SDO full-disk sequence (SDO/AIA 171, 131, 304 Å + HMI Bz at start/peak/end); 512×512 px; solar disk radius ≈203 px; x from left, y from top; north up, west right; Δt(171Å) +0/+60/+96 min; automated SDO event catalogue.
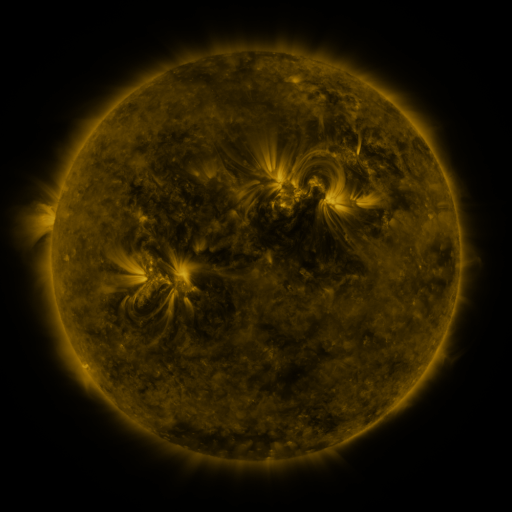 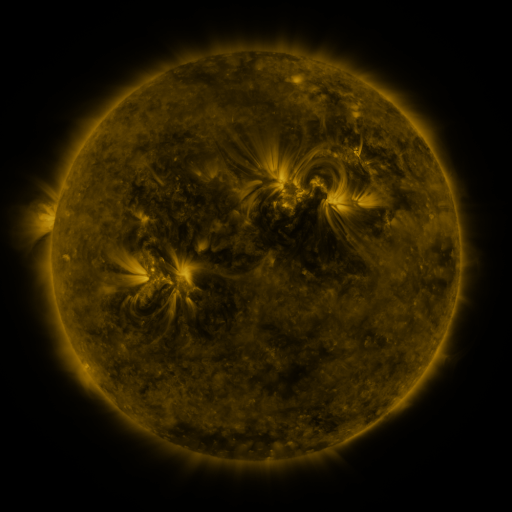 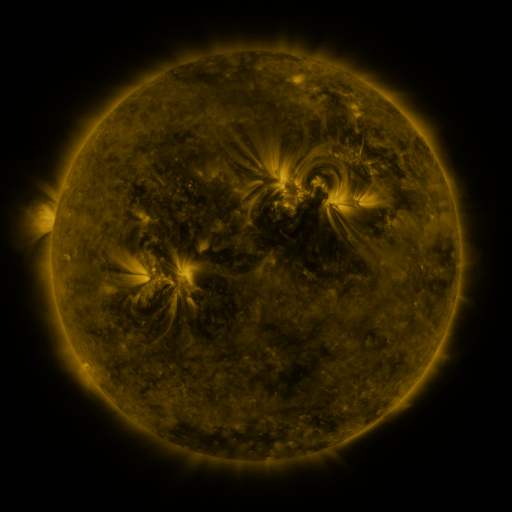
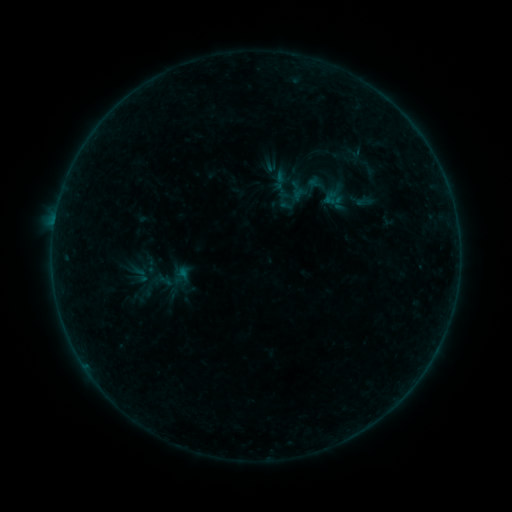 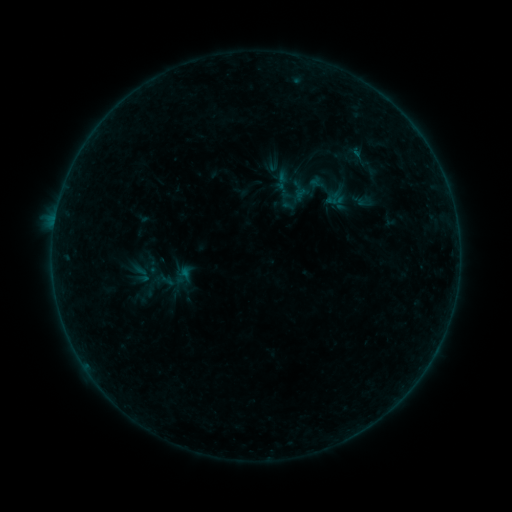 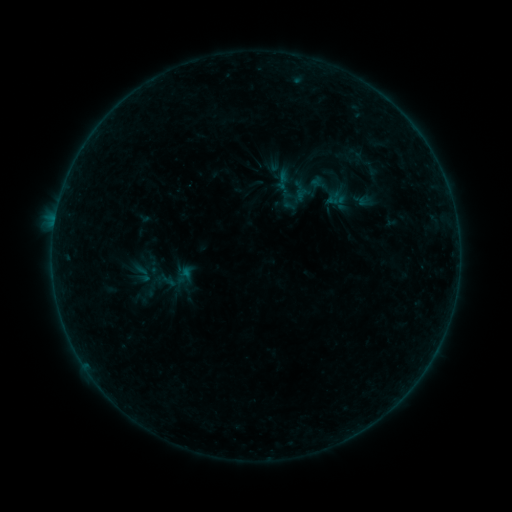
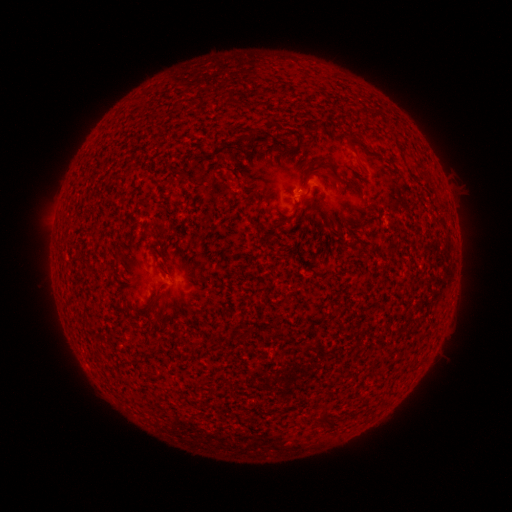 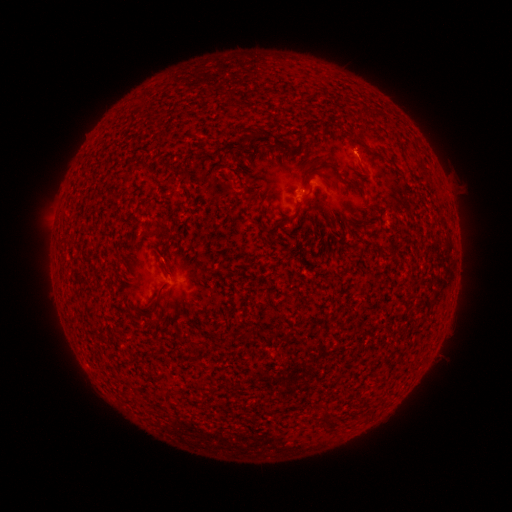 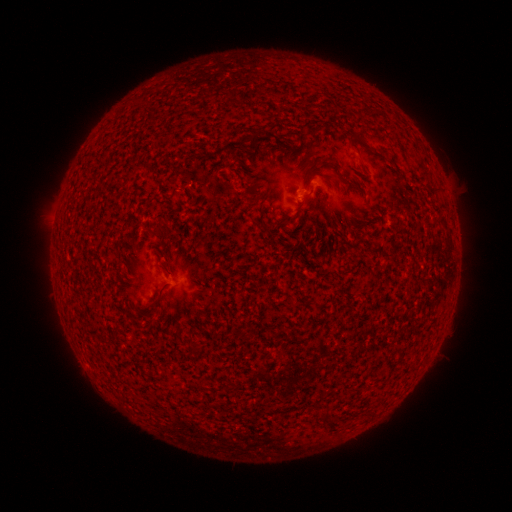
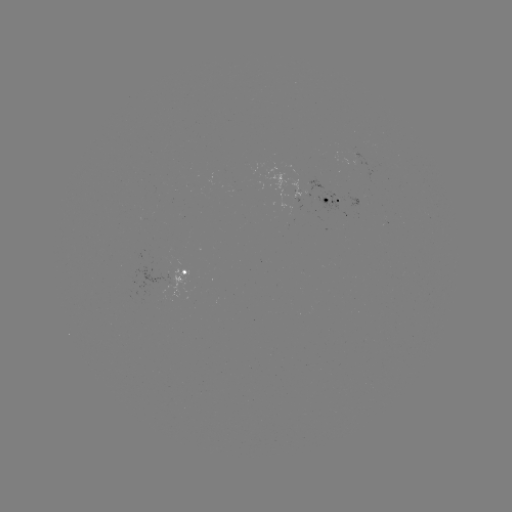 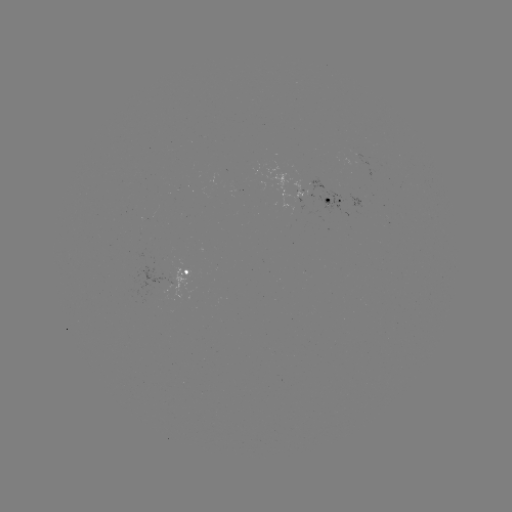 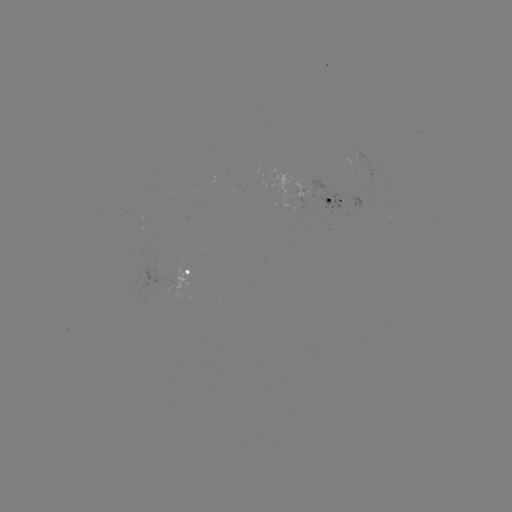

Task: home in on emerging-flux region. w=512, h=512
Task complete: [313, 193].